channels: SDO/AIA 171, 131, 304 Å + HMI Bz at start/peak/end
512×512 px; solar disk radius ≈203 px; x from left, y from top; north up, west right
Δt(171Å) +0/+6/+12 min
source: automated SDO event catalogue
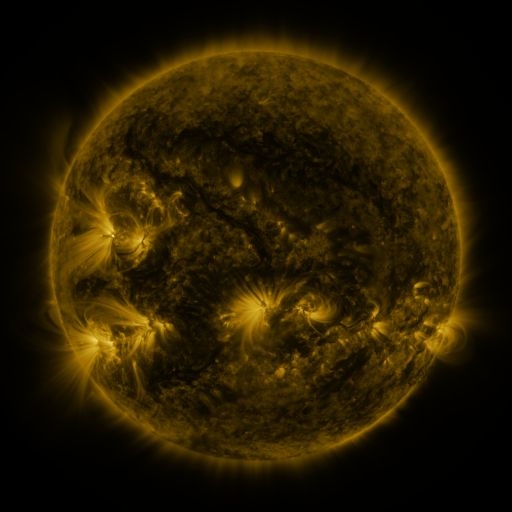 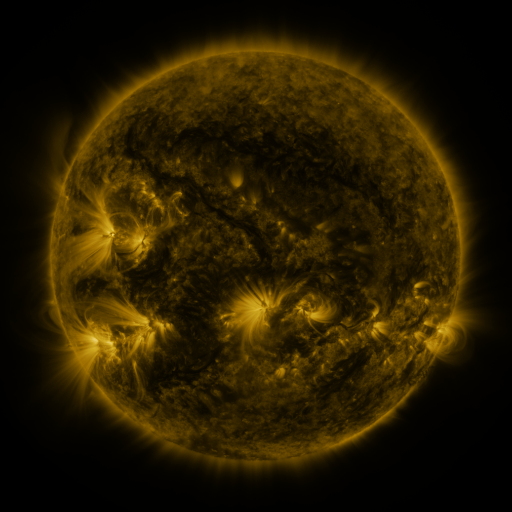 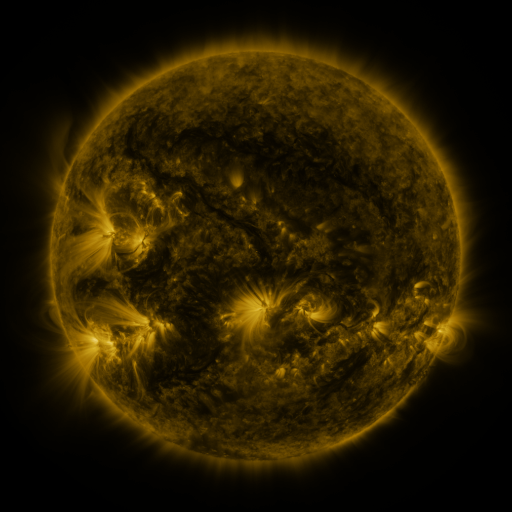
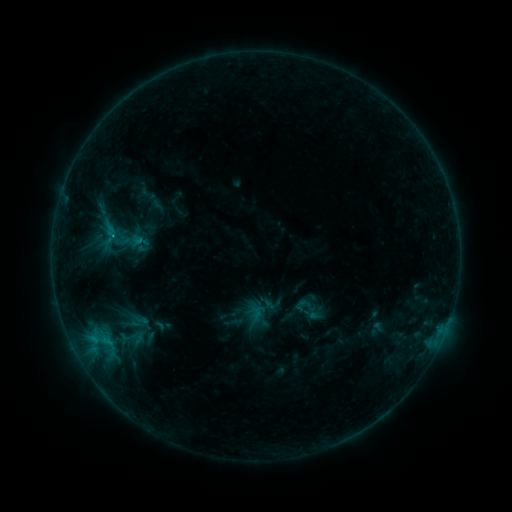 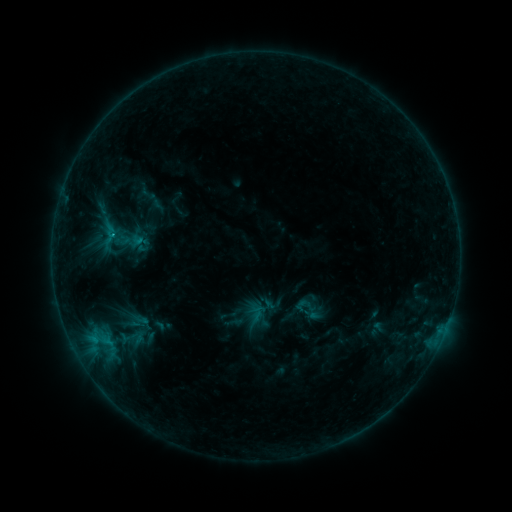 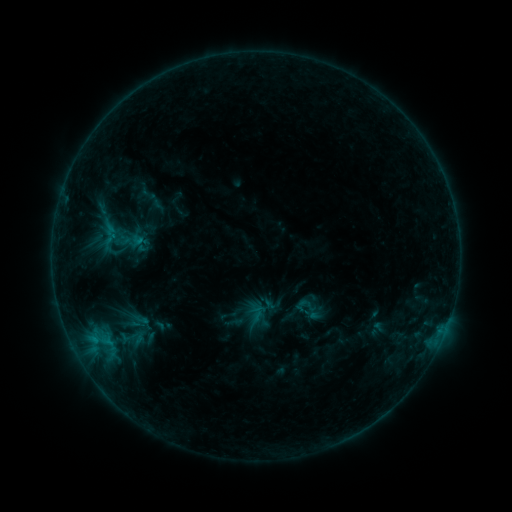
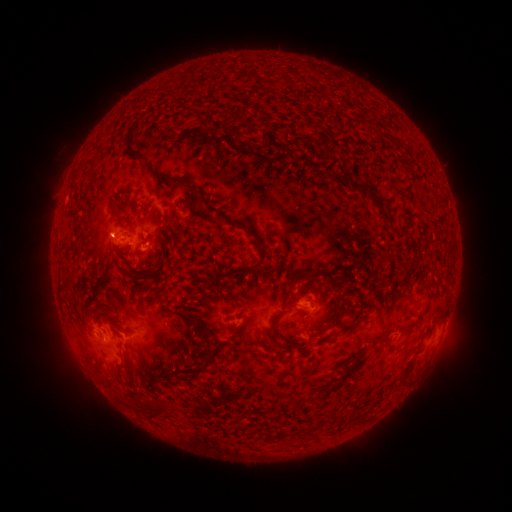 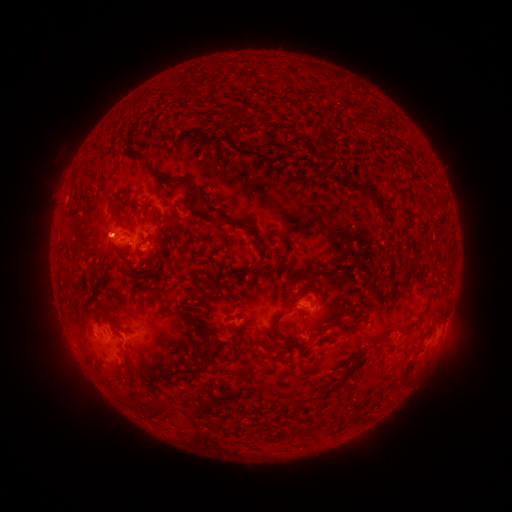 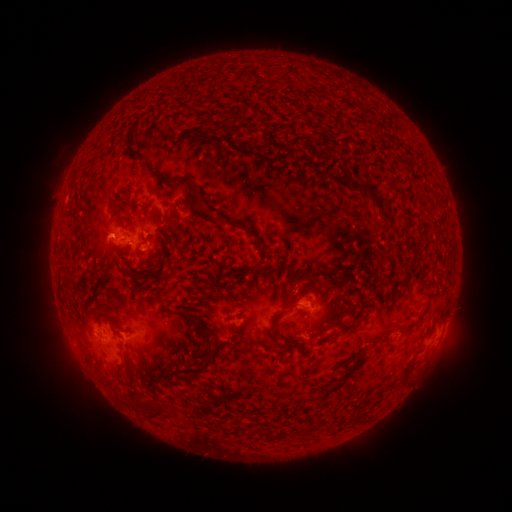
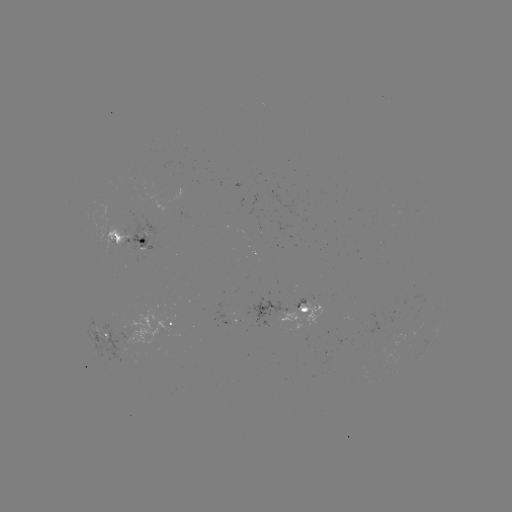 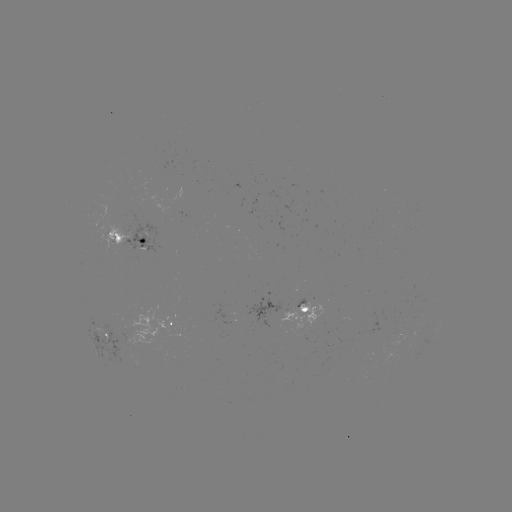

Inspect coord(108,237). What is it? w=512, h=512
B7.6 flare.